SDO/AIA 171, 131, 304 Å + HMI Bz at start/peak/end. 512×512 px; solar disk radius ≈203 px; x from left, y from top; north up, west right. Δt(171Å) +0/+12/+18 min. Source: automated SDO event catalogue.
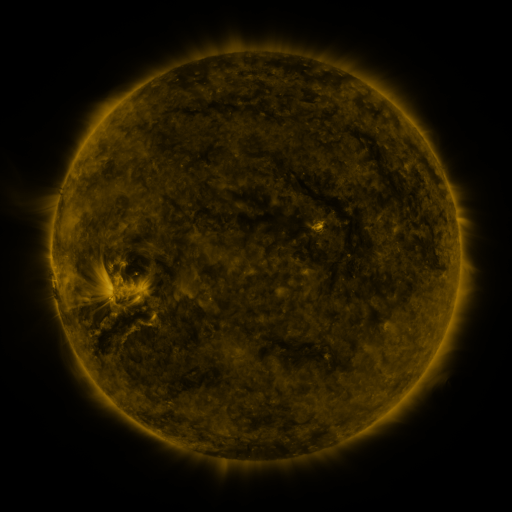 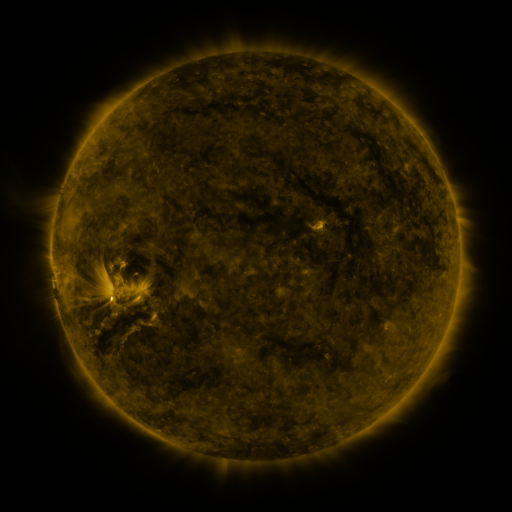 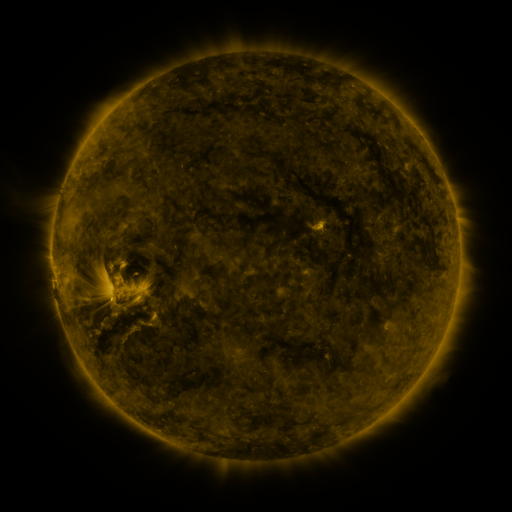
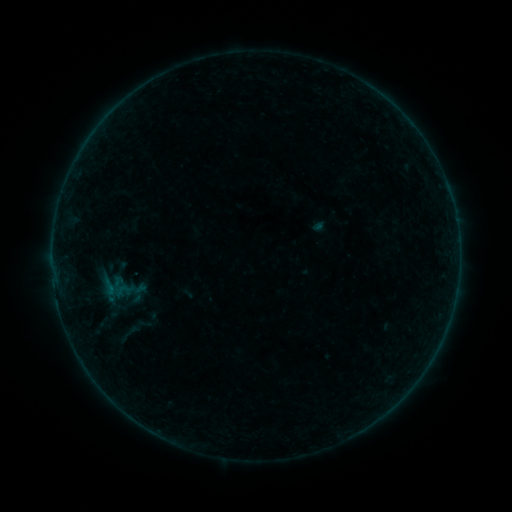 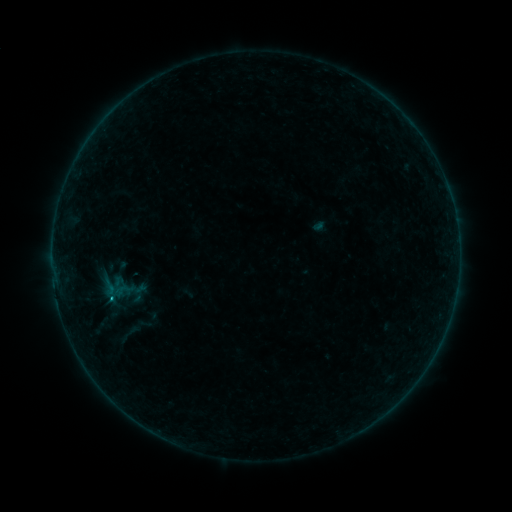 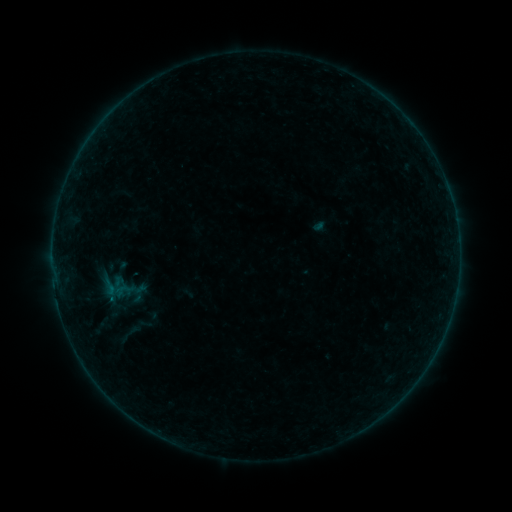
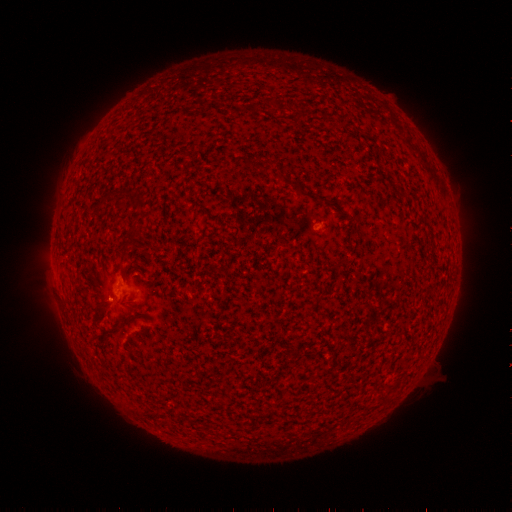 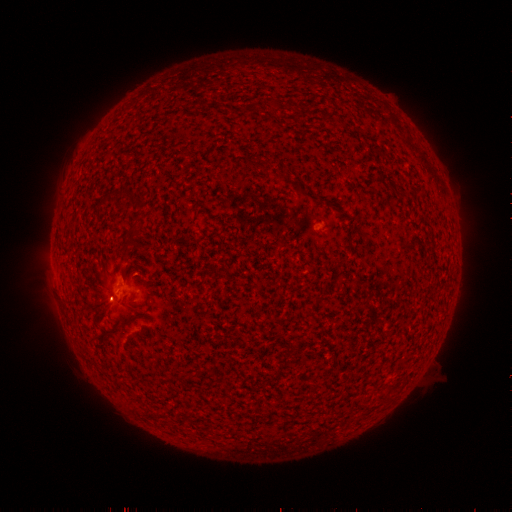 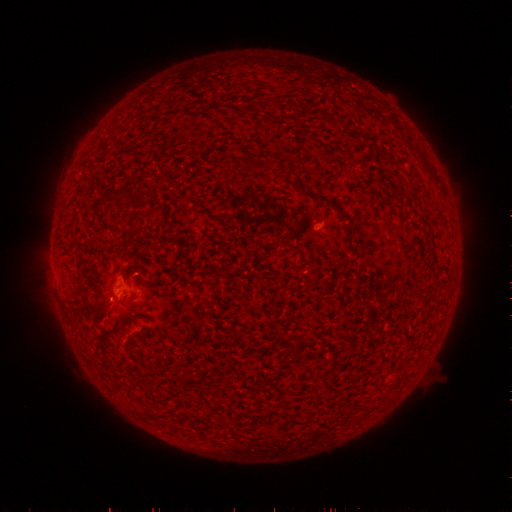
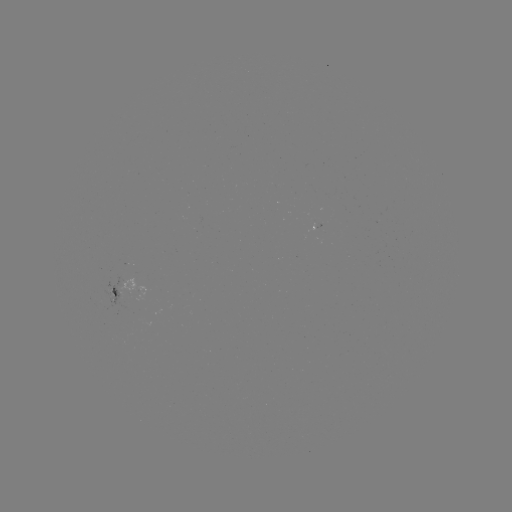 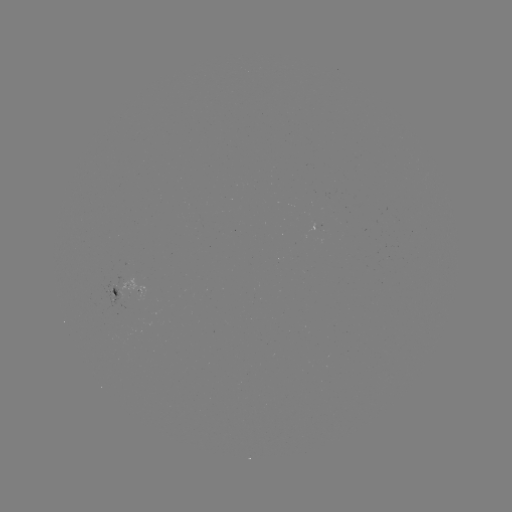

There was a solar flare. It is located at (111, 297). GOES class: B6.2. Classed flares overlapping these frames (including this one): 1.